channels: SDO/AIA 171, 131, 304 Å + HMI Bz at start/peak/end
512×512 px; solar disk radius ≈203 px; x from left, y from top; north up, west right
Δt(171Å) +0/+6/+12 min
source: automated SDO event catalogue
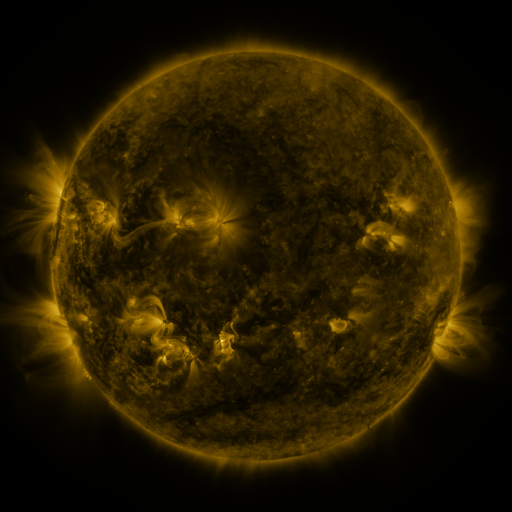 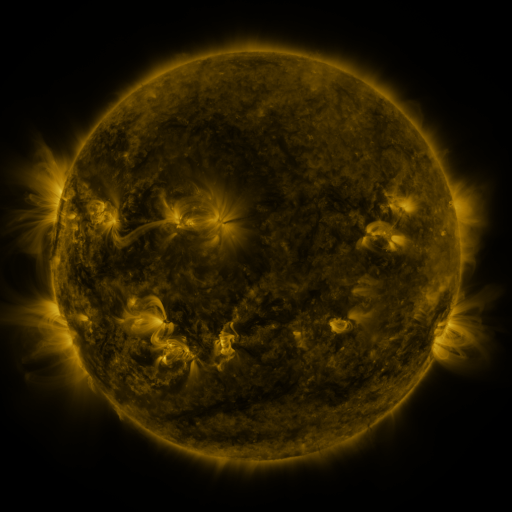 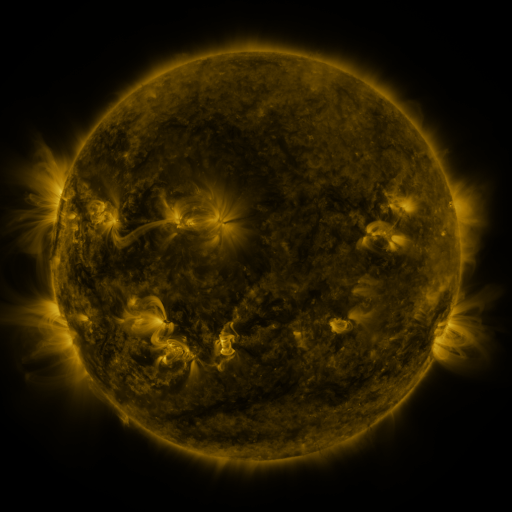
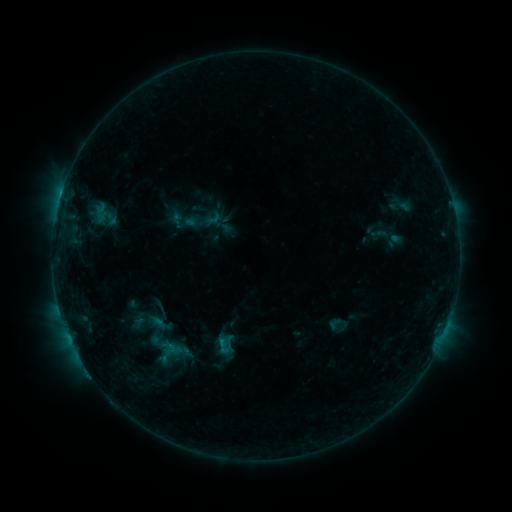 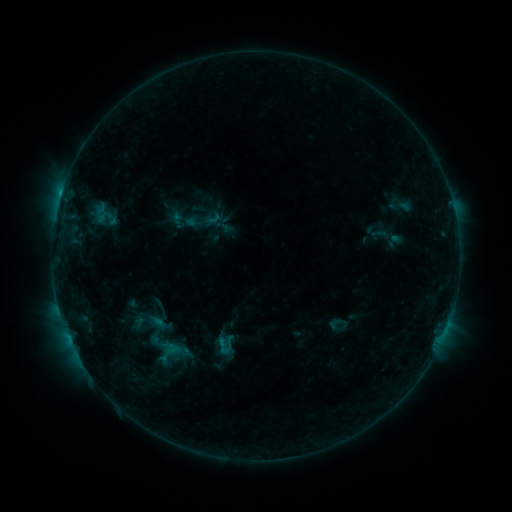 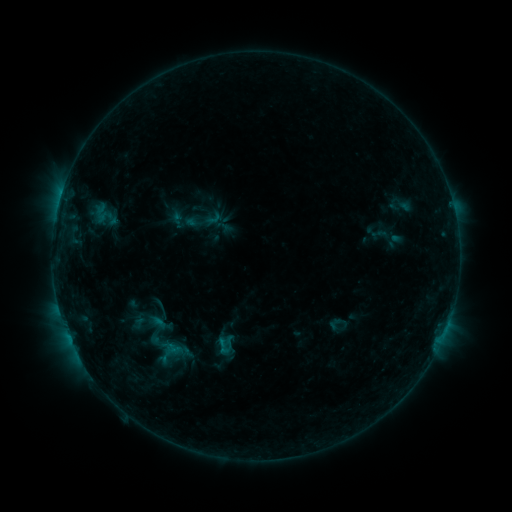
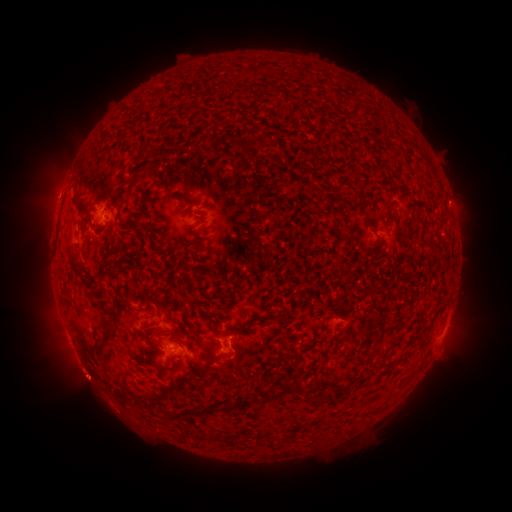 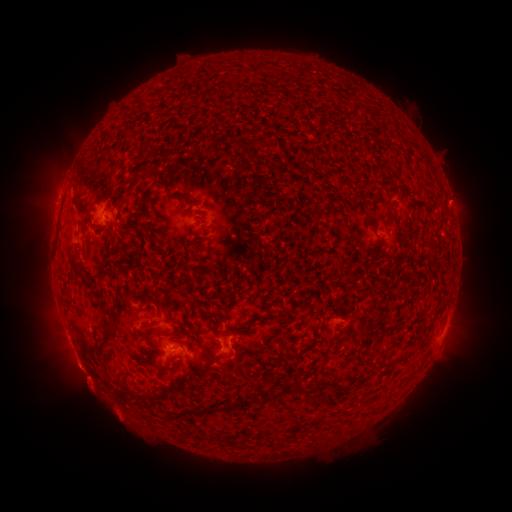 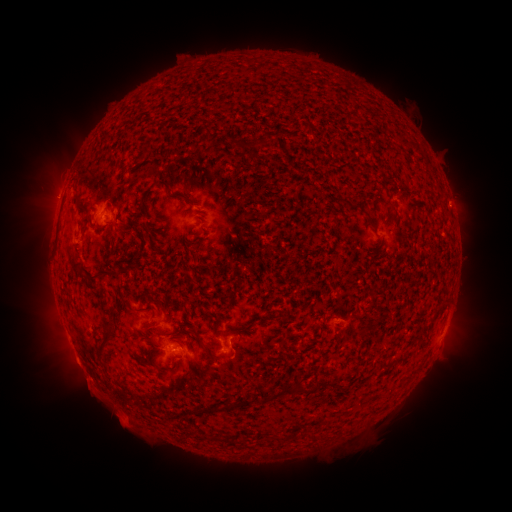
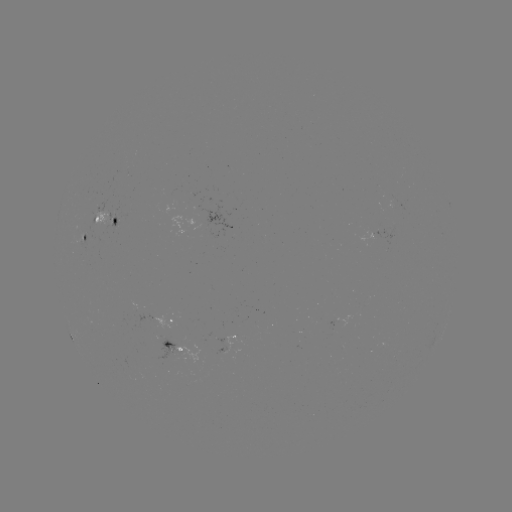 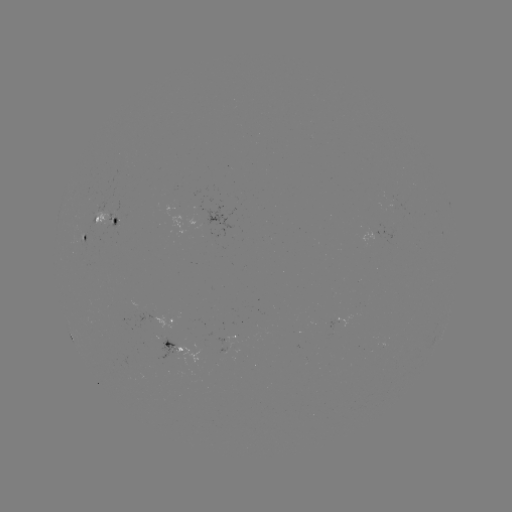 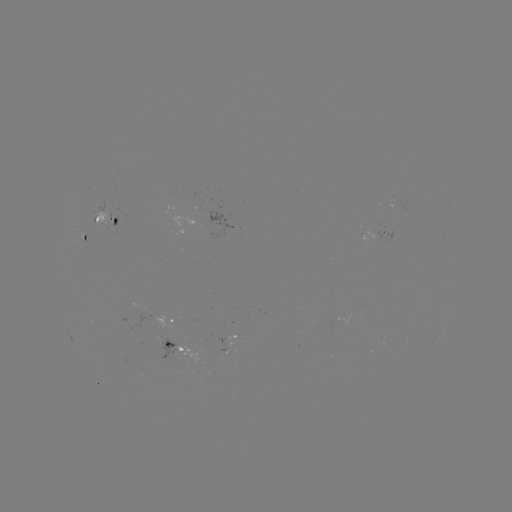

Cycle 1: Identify eruption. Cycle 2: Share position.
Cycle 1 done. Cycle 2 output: [99, 393].